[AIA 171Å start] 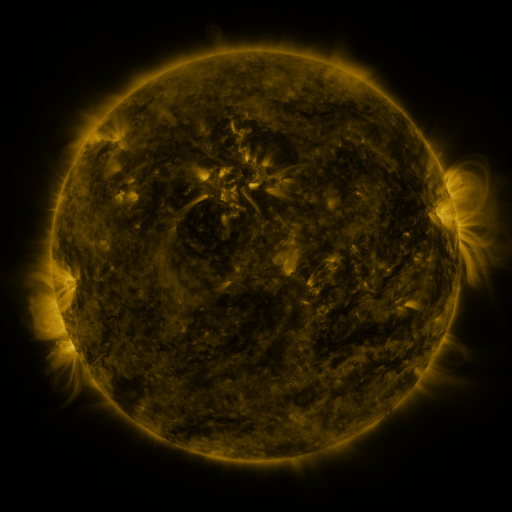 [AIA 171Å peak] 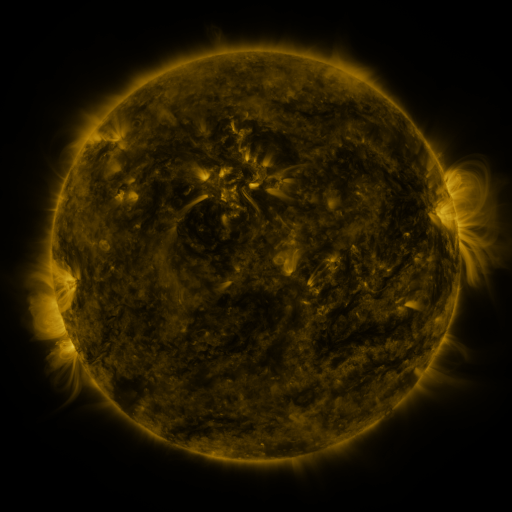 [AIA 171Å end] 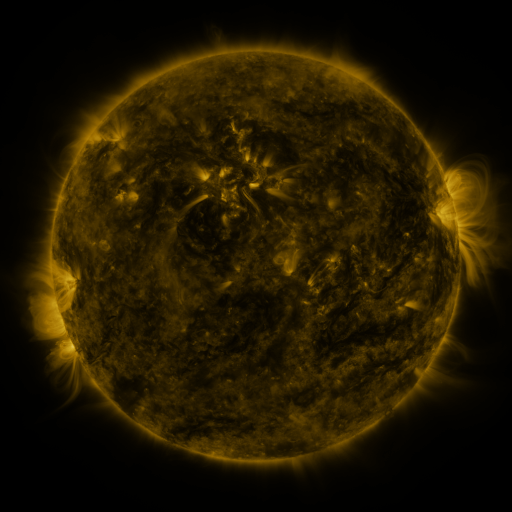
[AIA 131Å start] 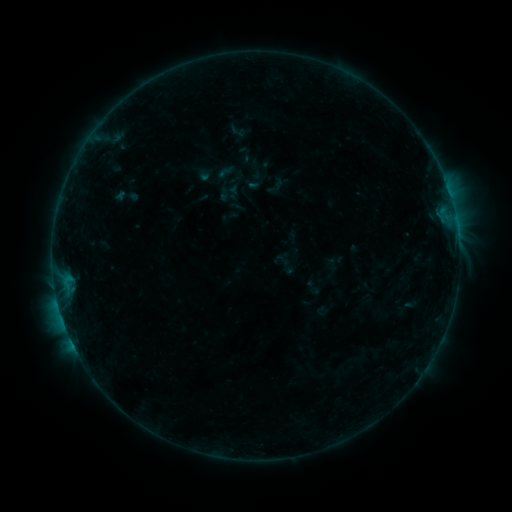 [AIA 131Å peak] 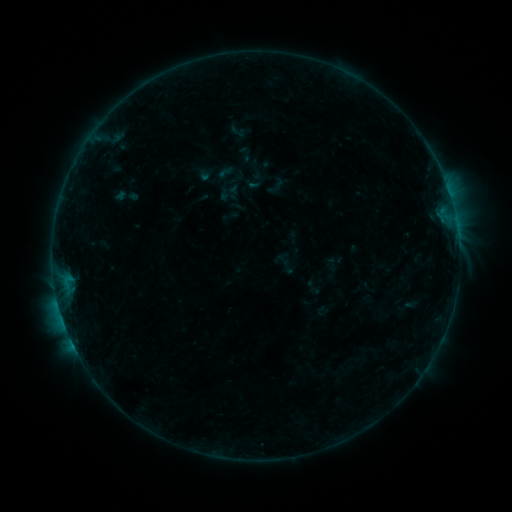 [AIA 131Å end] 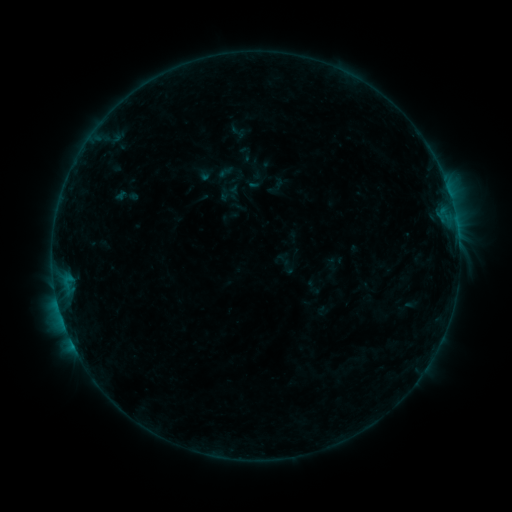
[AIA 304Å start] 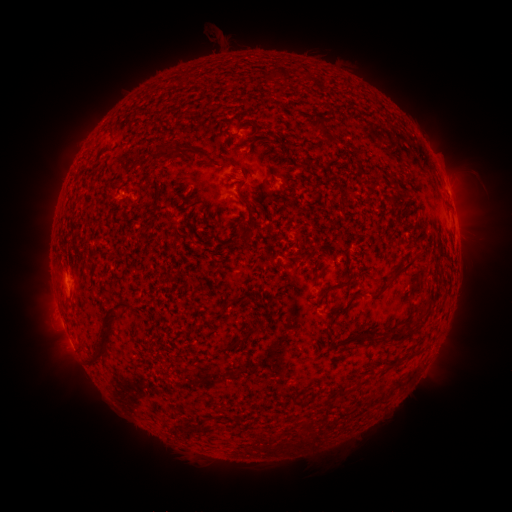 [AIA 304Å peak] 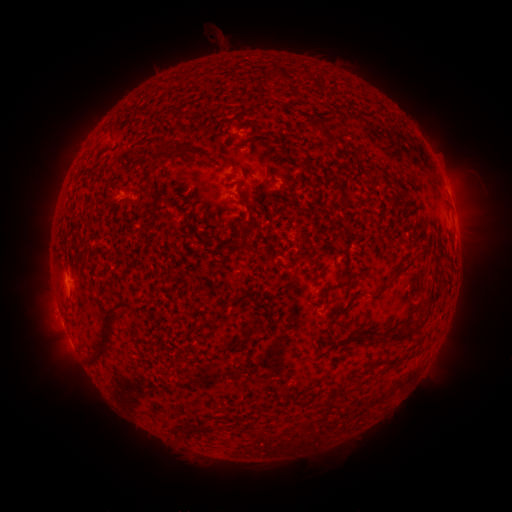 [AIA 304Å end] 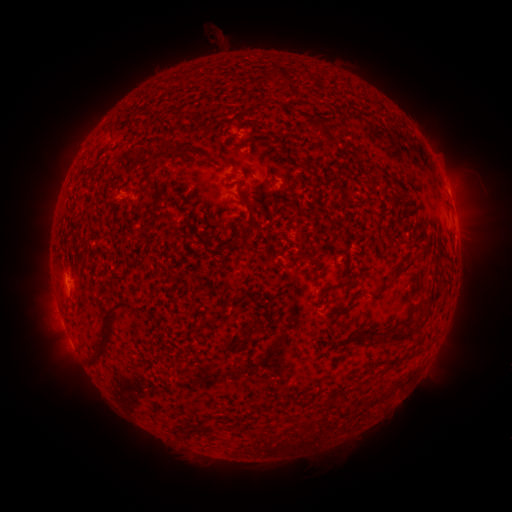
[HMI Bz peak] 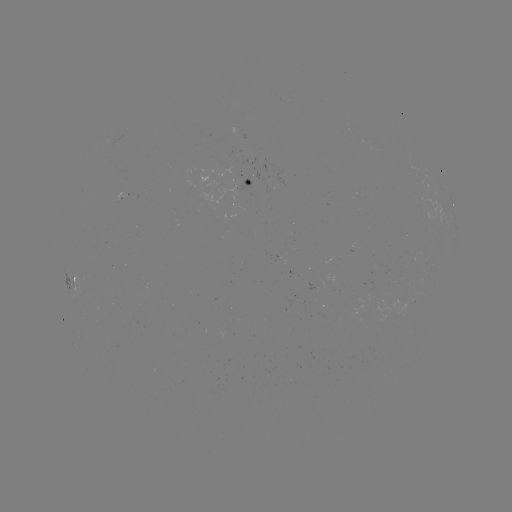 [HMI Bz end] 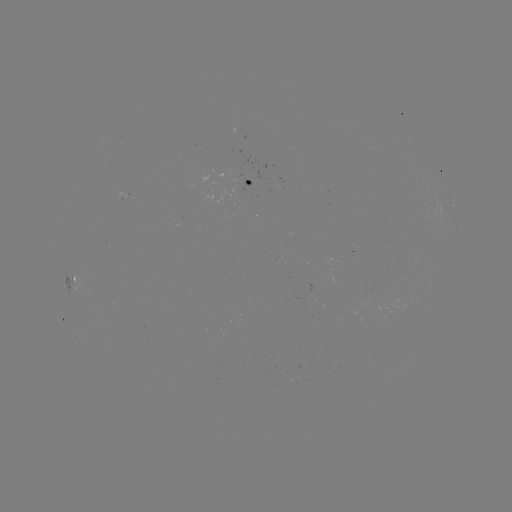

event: eruption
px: (51, 312)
